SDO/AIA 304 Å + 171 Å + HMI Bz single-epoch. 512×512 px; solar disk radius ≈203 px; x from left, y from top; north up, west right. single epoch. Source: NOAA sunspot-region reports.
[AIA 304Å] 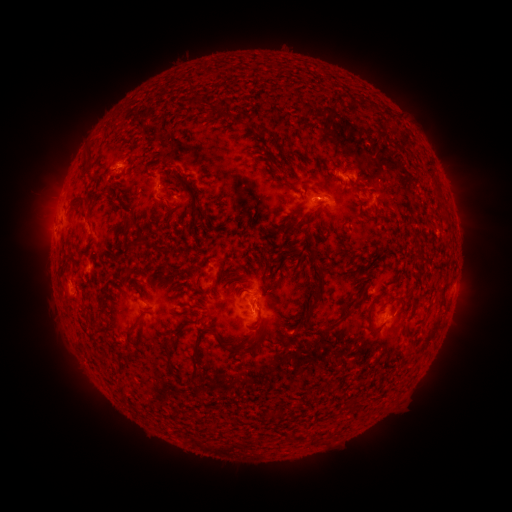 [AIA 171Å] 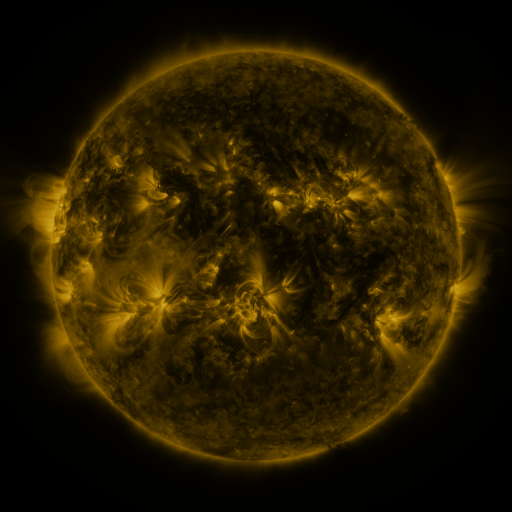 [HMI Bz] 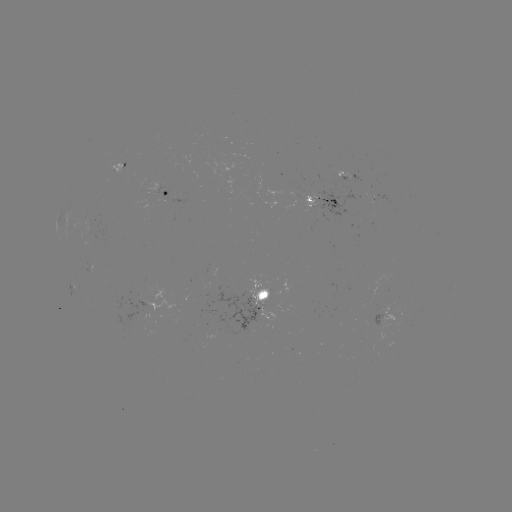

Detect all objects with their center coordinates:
spotted active region: (123, 162)
spotted active region: (347, 178)
spotted active region: (380, 193)
spotted active region: (165, 194)
spotted active region: (321, 200)
spotted active region: (59, 223)
spotted active region: (72, 282)
spotted active region: (262, 287)
spotted active region: (153, 304)
spotted active region: (388, 313)
